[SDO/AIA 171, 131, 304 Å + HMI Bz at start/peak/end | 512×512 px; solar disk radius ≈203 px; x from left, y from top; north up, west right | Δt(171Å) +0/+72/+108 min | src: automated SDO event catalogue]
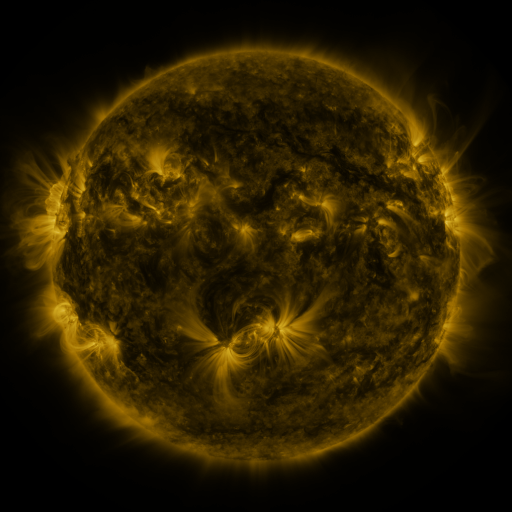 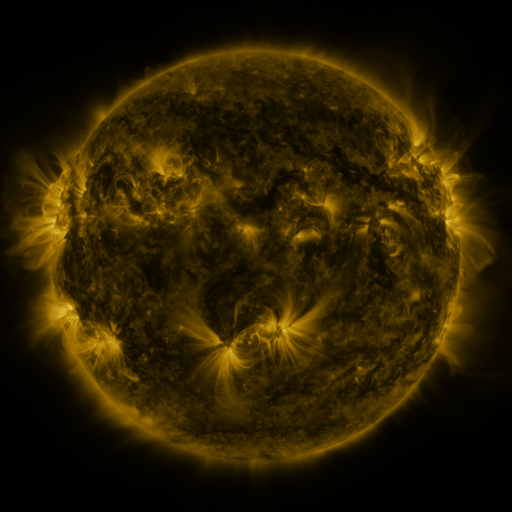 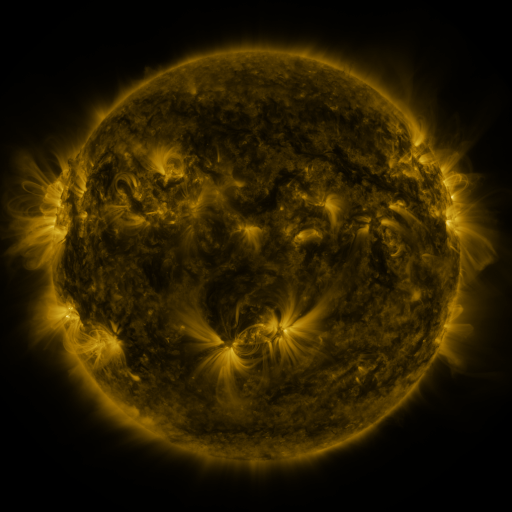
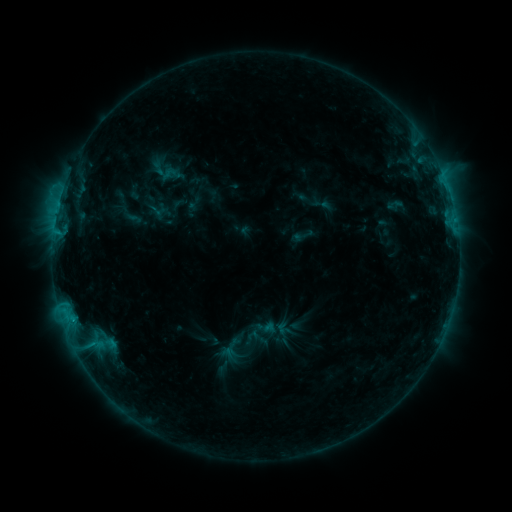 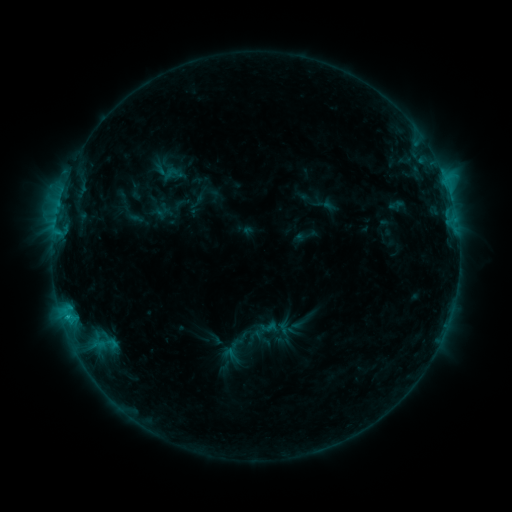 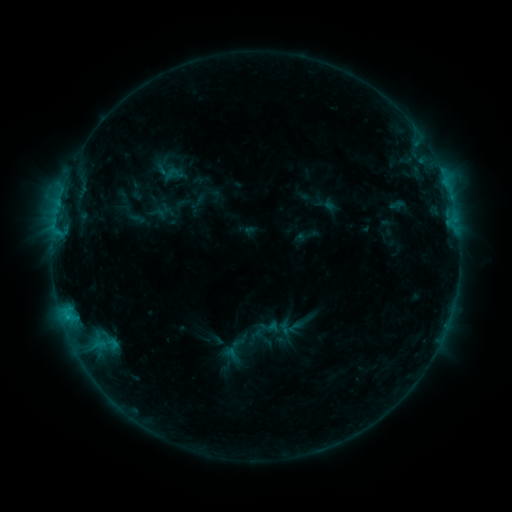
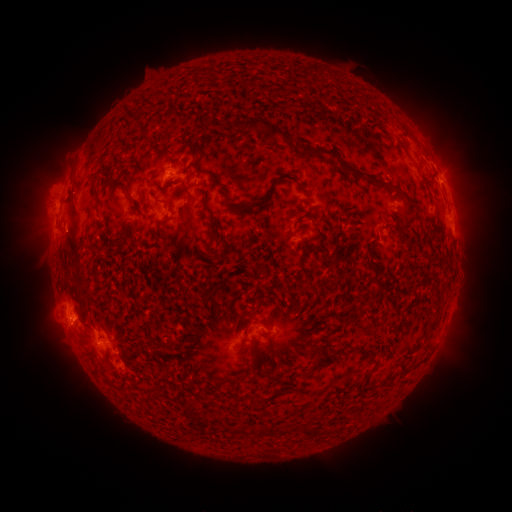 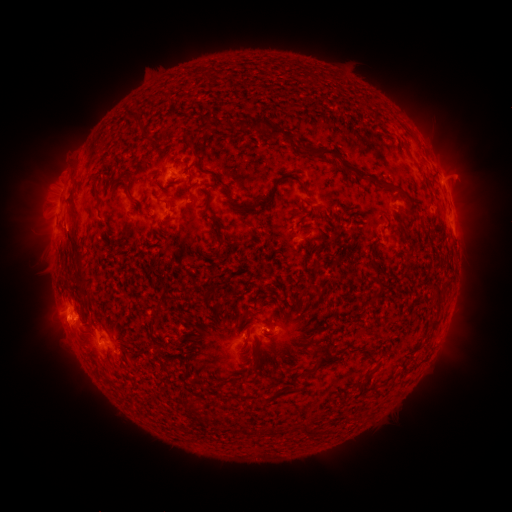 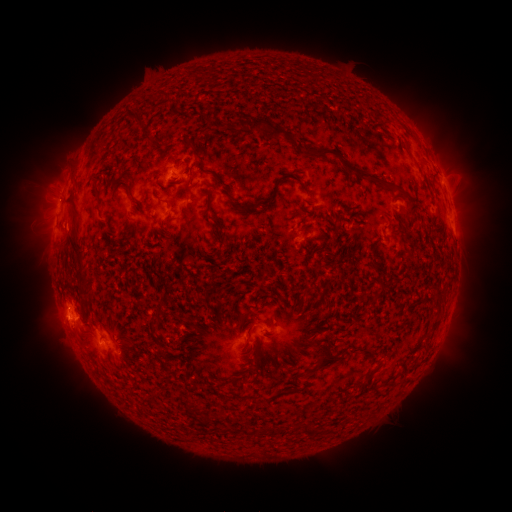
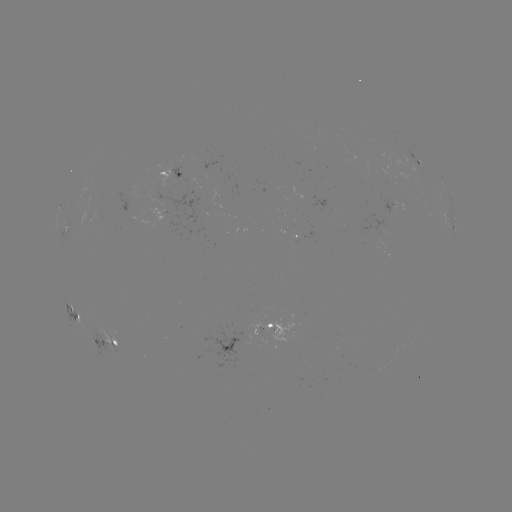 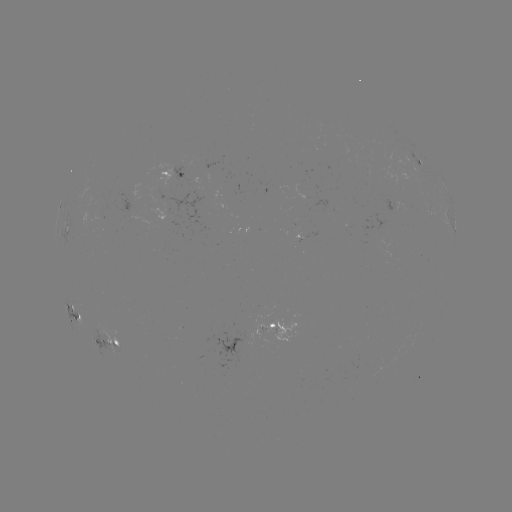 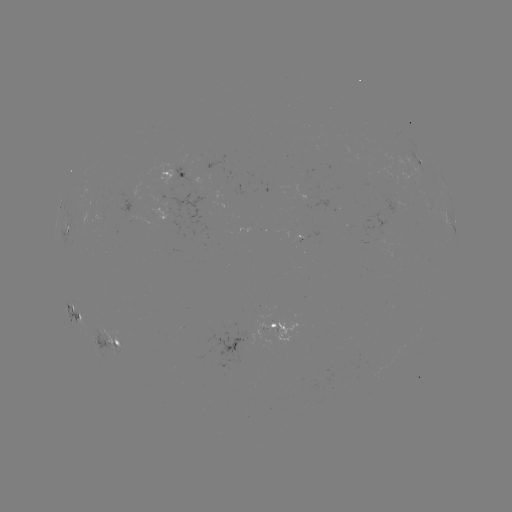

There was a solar emerging-flux region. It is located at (222, 191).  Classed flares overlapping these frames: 1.